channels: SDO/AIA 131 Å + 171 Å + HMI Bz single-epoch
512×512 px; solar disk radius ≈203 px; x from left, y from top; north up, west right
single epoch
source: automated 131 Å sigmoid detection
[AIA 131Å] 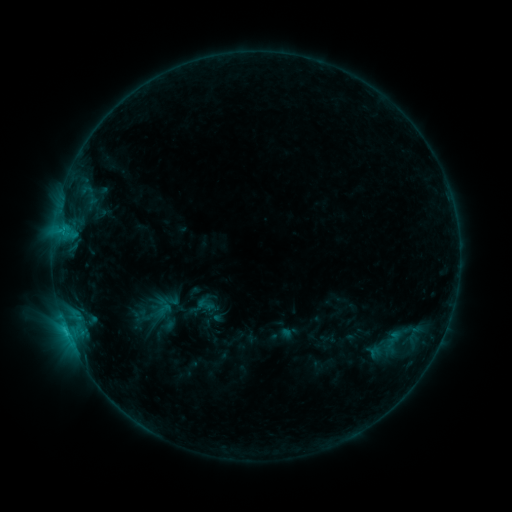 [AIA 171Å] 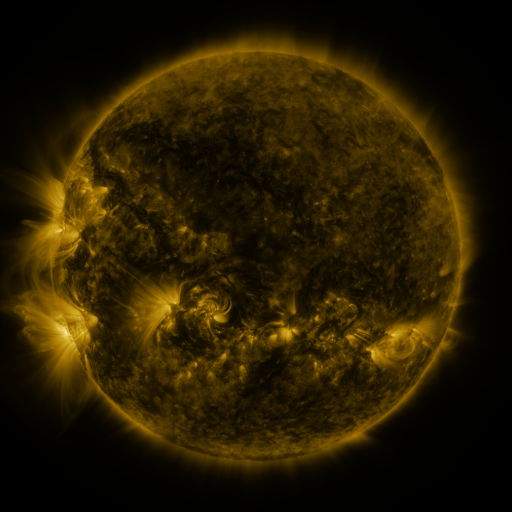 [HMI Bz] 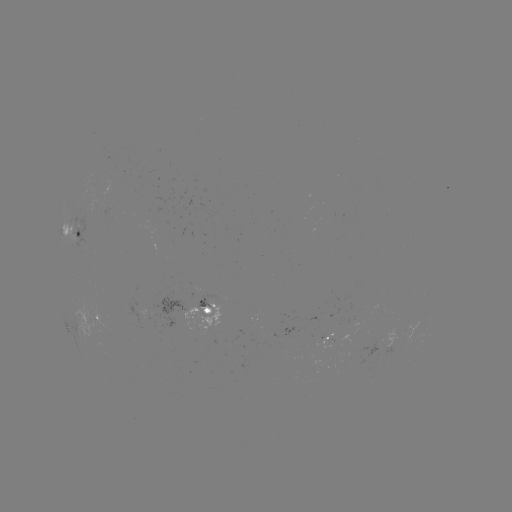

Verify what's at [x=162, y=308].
sigmoid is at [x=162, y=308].